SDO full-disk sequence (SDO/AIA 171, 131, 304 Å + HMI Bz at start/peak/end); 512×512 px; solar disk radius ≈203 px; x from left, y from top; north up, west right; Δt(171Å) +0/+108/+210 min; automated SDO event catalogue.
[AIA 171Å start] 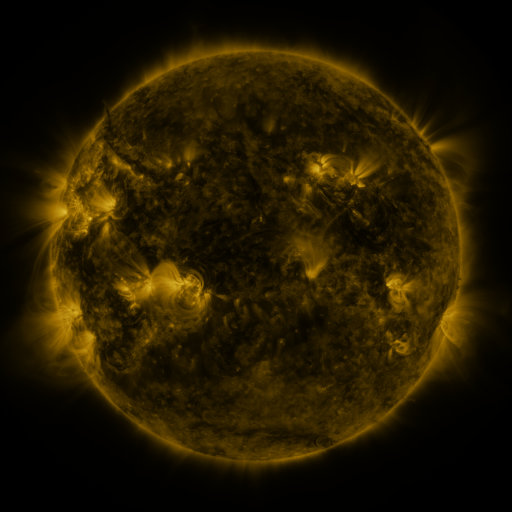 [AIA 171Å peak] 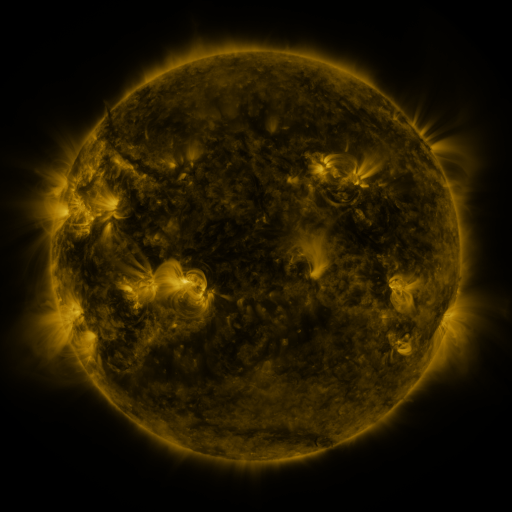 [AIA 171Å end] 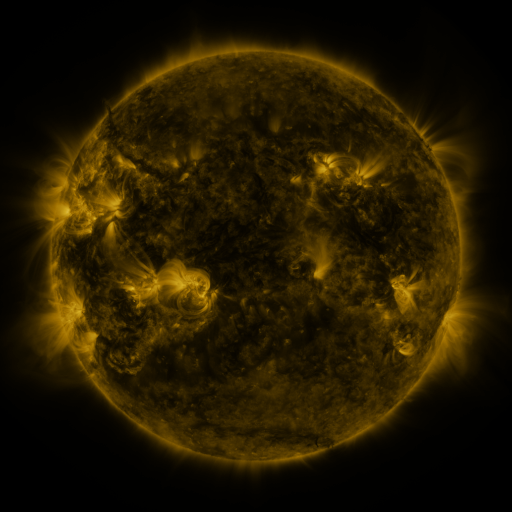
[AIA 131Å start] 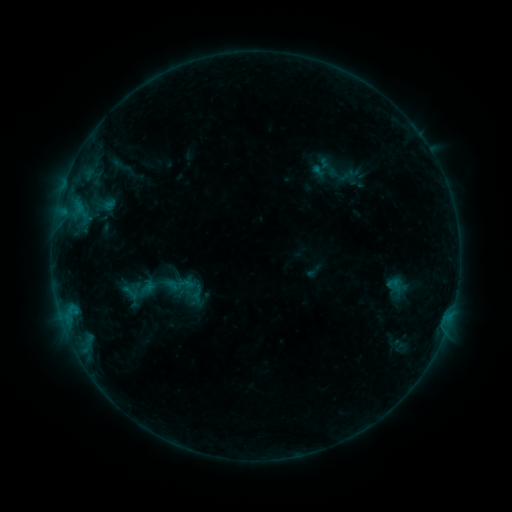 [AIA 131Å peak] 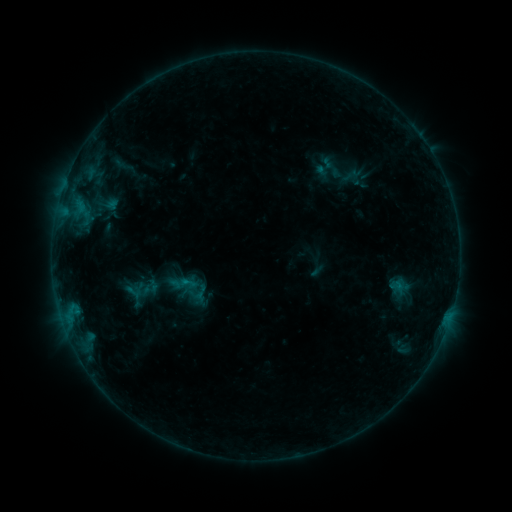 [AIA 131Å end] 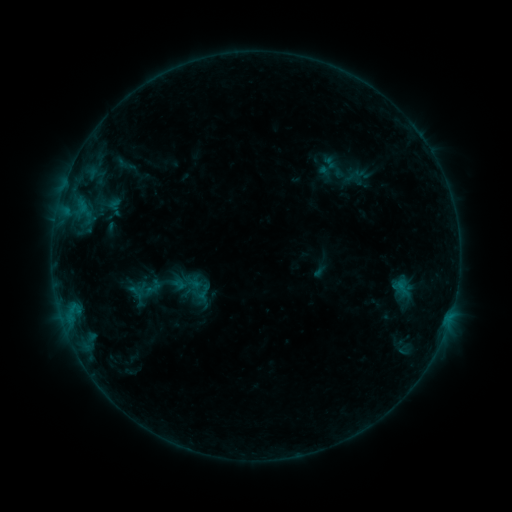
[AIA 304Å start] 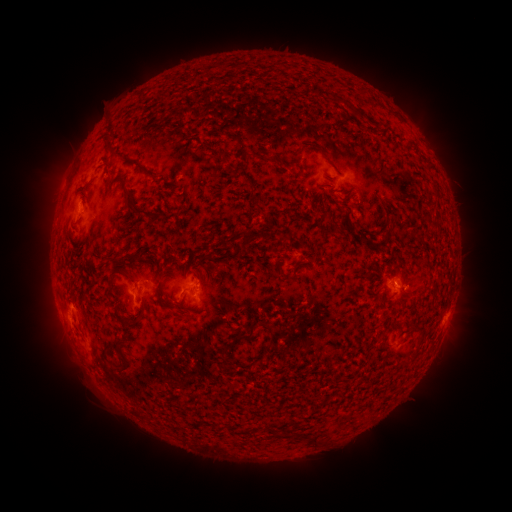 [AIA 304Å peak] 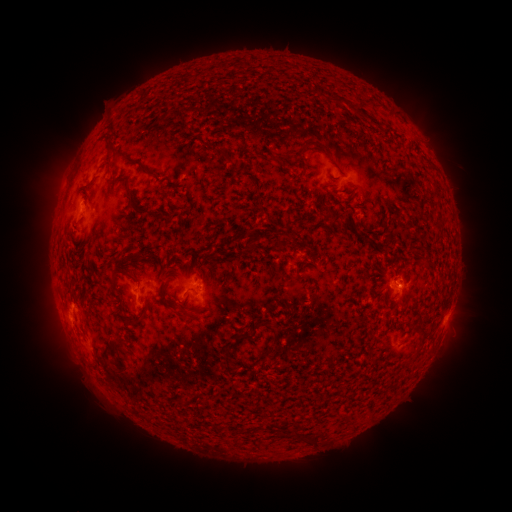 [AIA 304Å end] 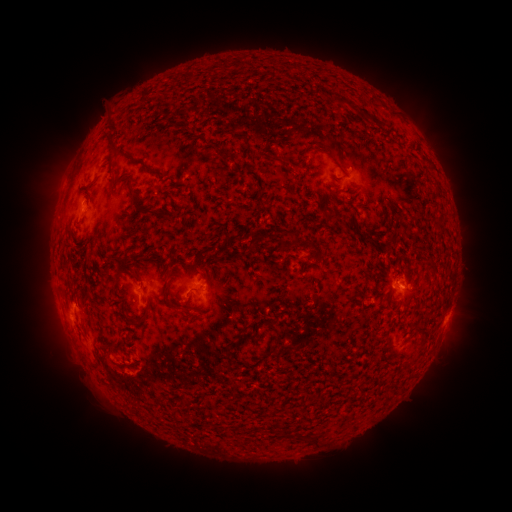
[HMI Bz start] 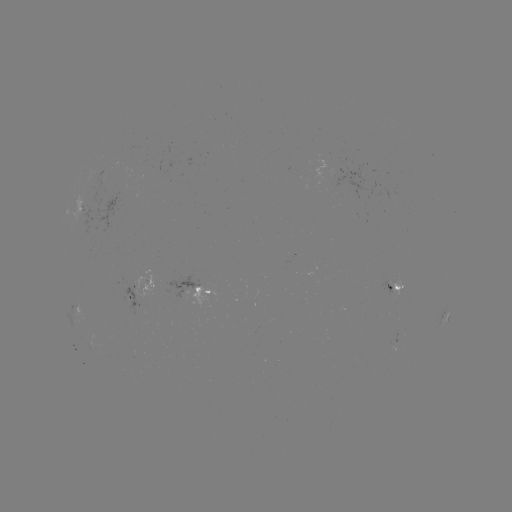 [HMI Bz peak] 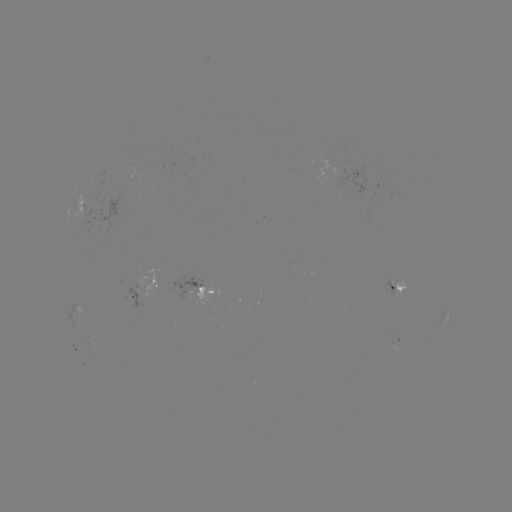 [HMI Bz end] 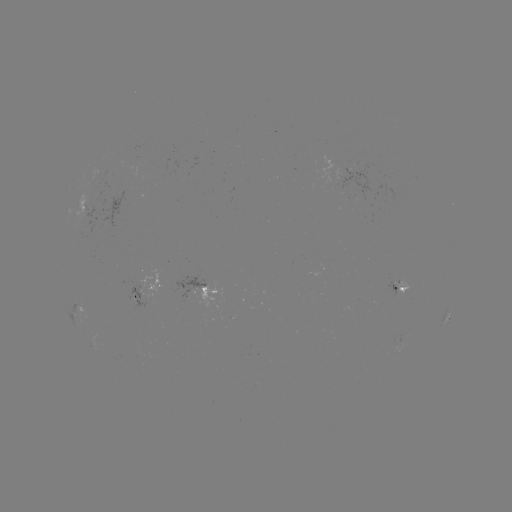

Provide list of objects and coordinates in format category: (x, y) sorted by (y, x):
filament eruption: (107, 361)
